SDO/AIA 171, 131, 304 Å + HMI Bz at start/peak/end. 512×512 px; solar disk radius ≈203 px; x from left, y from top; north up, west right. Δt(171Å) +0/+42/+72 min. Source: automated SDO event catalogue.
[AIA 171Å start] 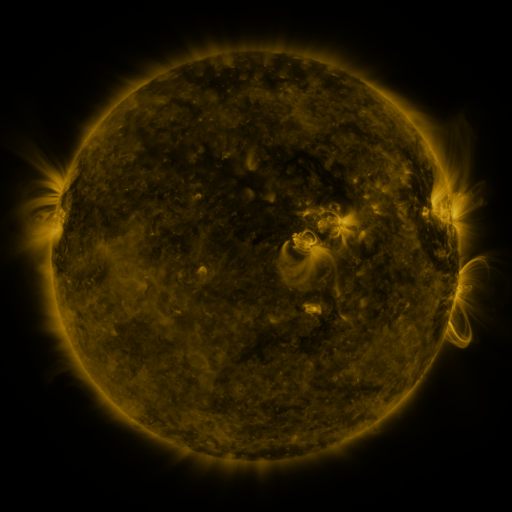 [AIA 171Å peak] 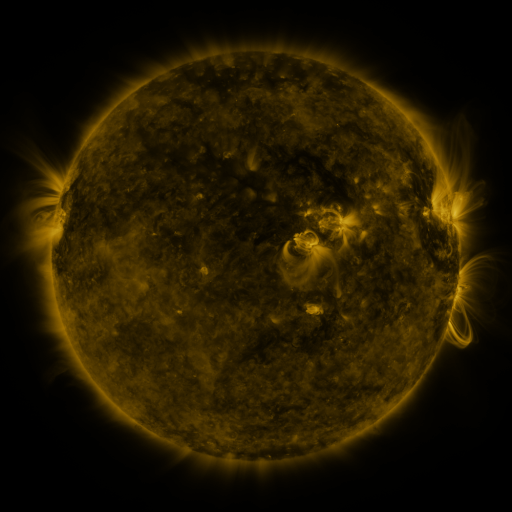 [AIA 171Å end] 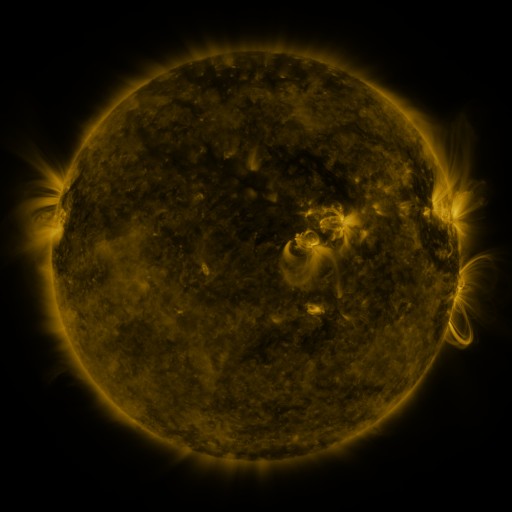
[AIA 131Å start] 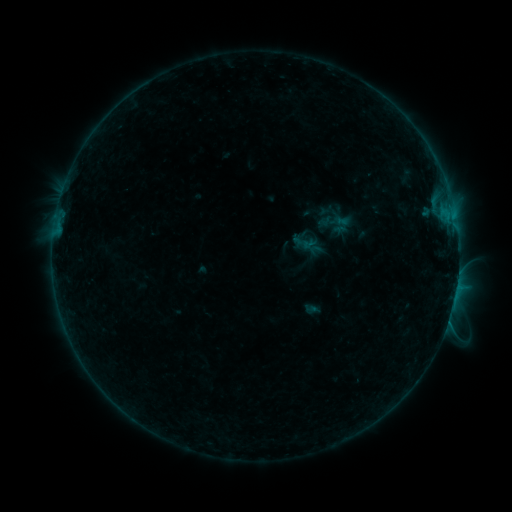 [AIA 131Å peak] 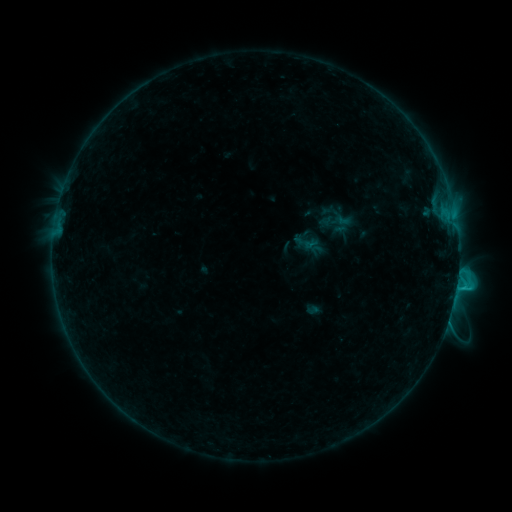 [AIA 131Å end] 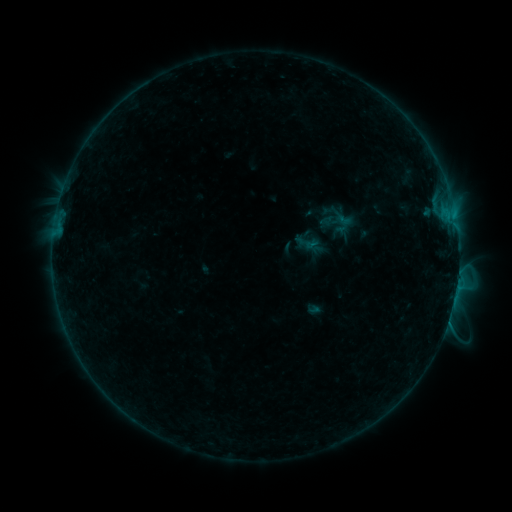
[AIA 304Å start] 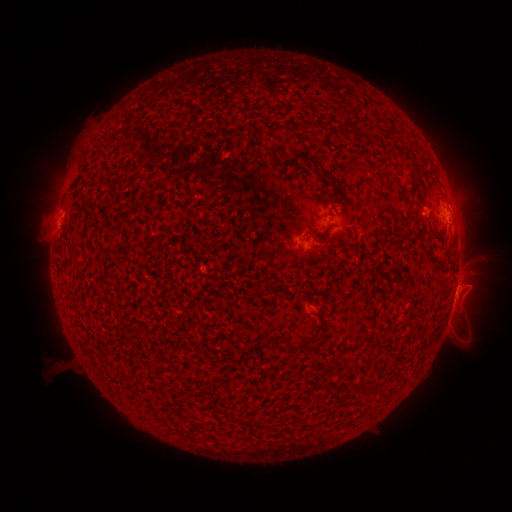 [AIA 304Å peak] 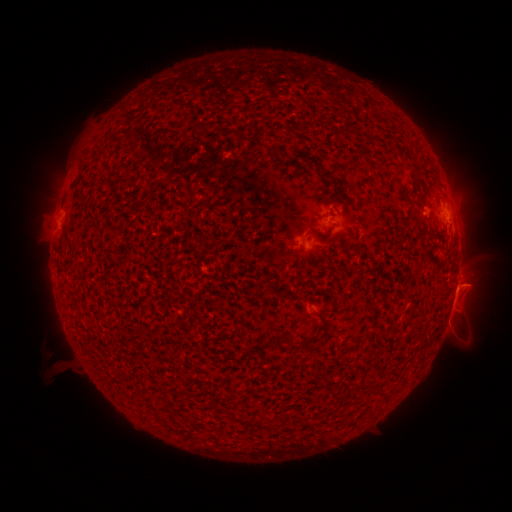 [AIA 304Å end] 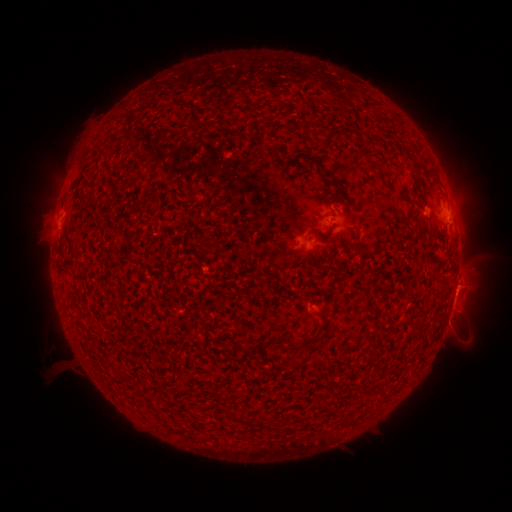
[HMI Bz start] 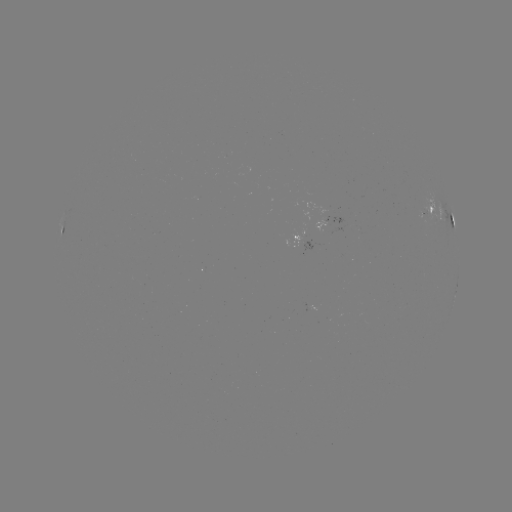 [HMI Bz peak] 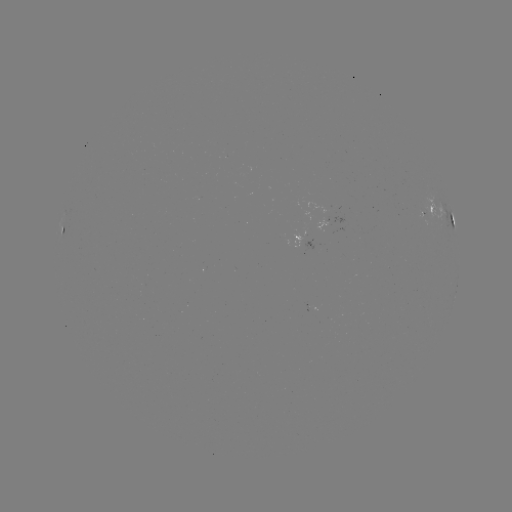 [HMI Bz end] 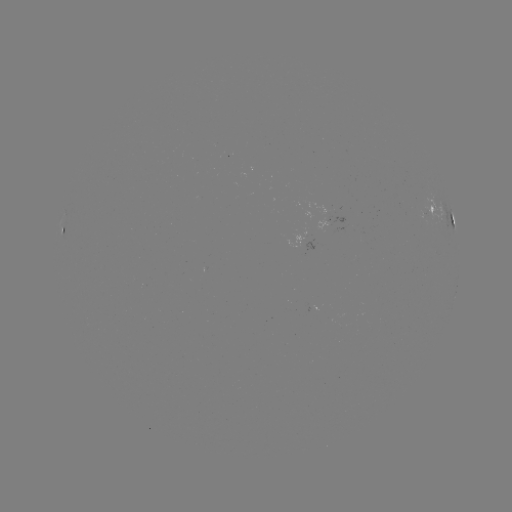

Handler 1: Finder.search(C1.3 flare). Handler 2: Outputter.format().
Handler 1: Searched C1.3 flare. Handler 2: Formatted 457,284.